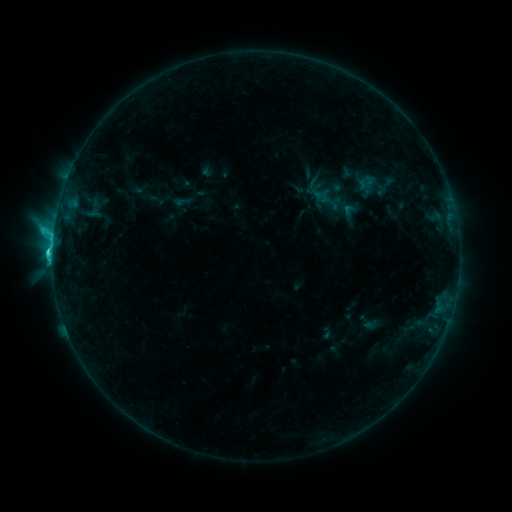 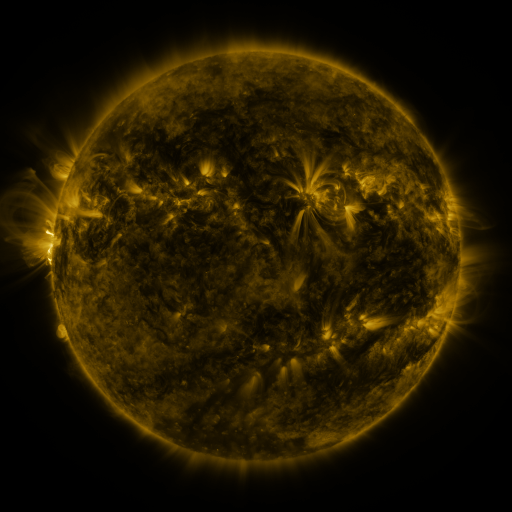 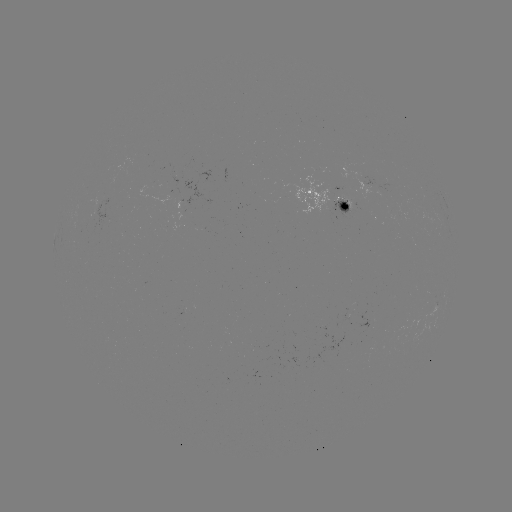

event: sigmoid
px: (350, 213)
